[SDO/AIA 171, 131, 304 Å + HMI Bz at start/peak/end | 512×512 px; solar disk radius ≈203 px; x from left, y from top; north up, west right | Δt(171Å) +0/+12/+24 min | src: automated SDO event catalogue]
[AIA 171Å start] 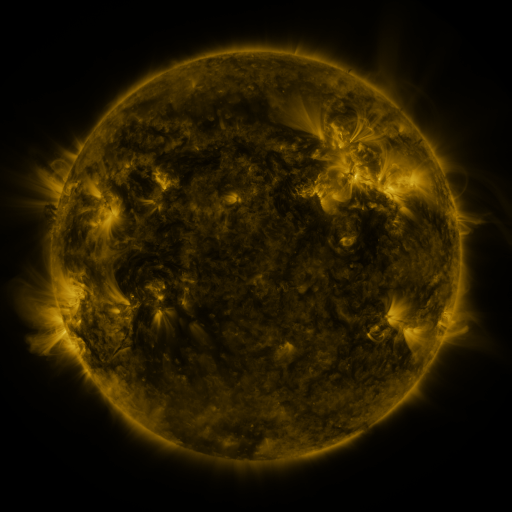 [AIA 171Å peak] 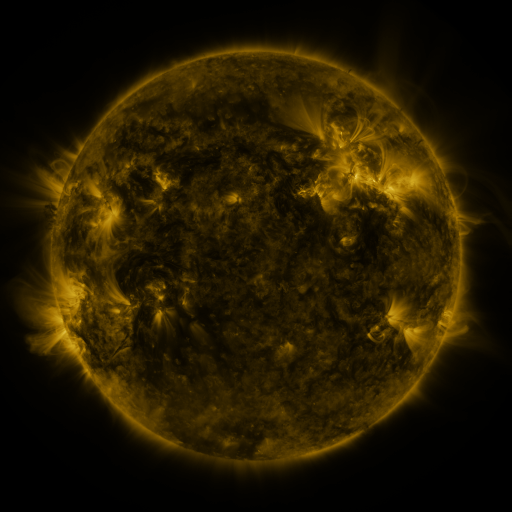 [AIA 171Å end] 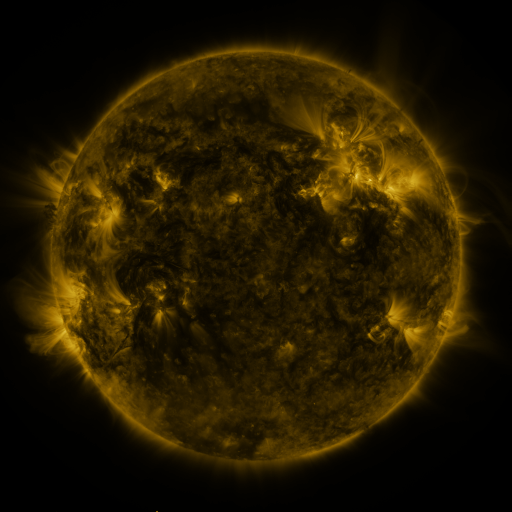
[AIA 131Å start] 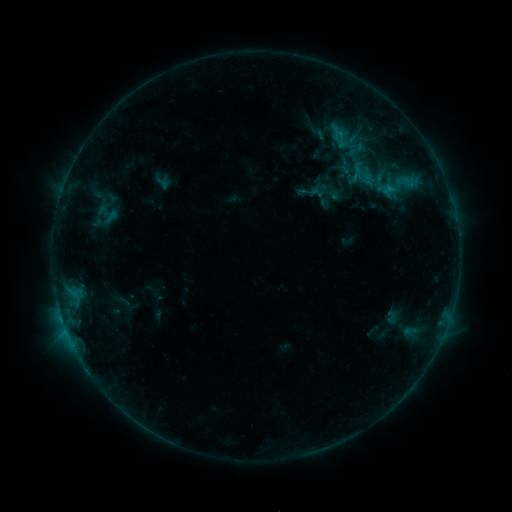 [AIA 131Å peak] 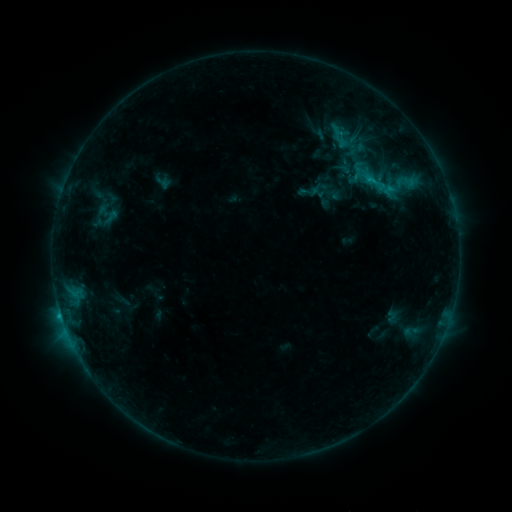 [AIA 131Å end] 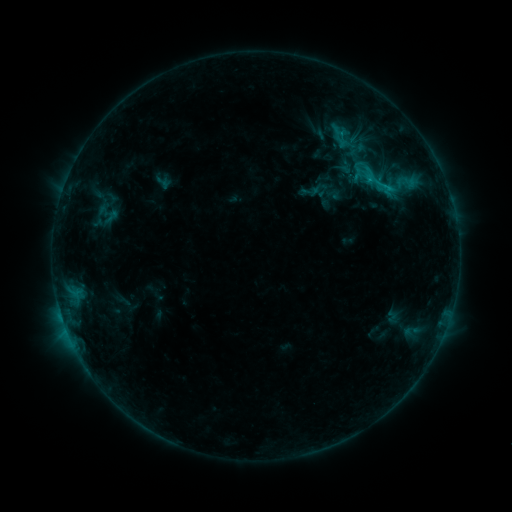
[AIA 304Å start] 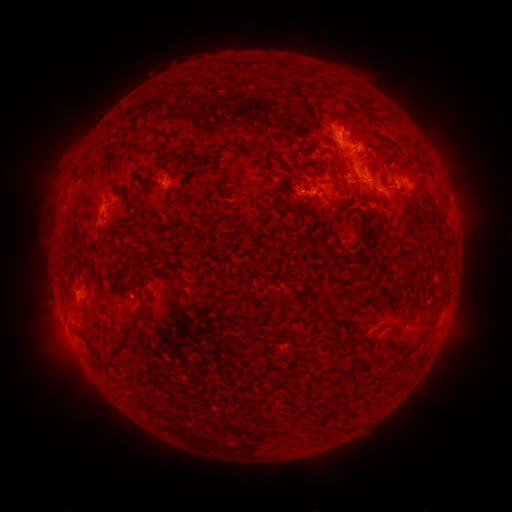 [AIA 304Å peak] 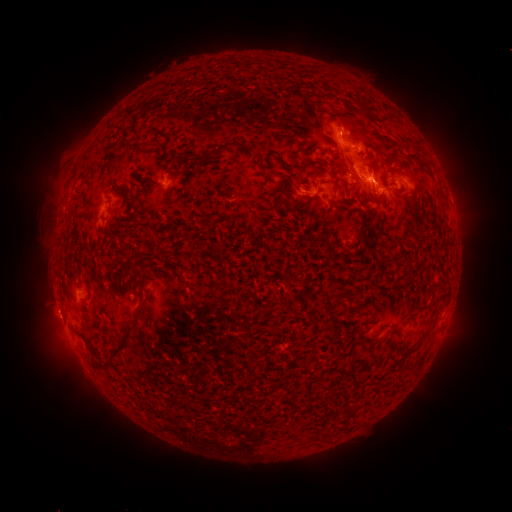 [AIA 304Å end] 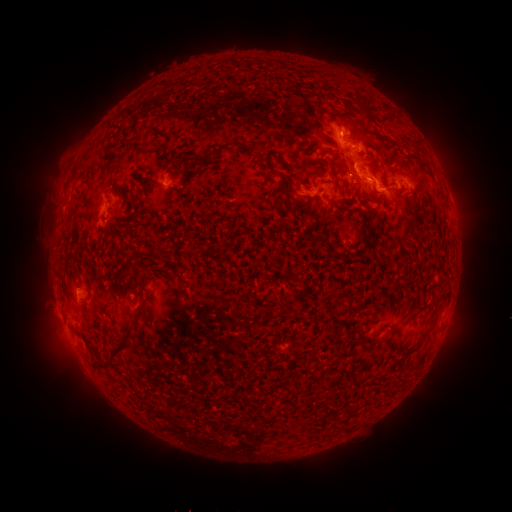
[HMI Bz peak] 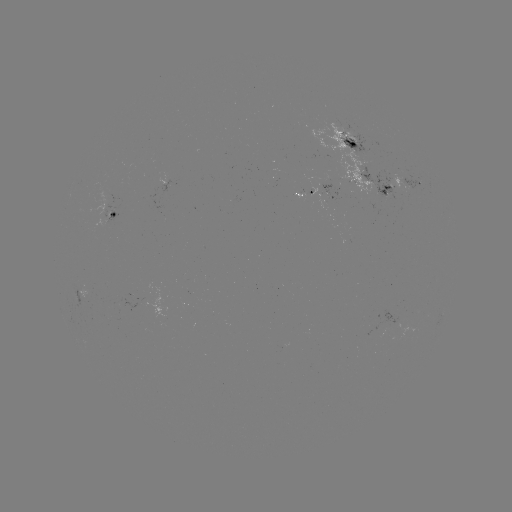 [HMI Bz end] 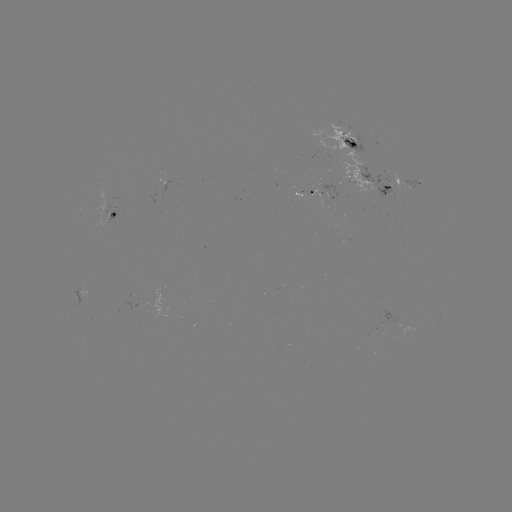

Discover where eruption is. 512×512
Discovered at (379, 186).